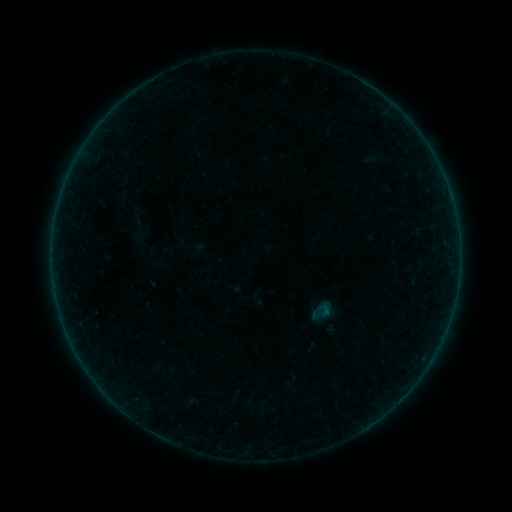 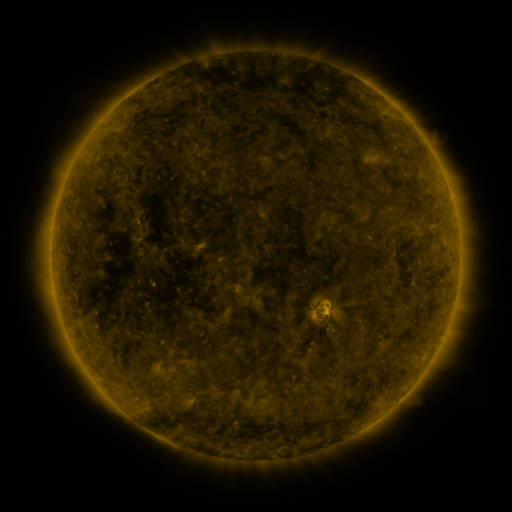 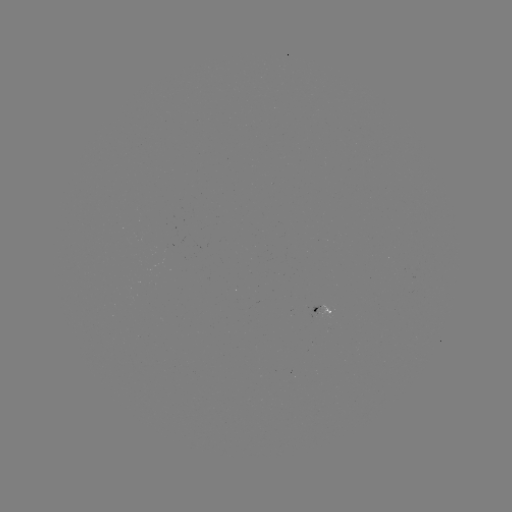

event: sigmoid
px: (322, 311)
